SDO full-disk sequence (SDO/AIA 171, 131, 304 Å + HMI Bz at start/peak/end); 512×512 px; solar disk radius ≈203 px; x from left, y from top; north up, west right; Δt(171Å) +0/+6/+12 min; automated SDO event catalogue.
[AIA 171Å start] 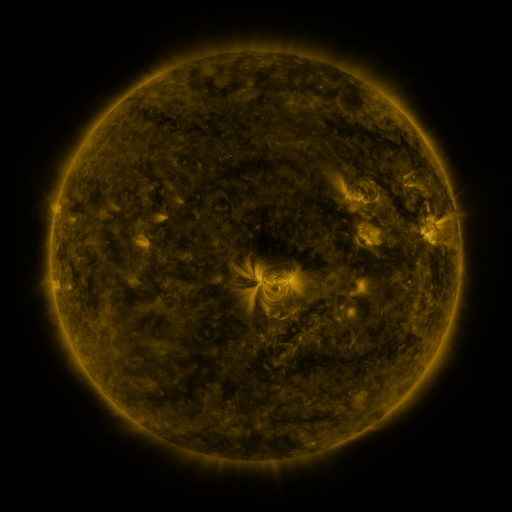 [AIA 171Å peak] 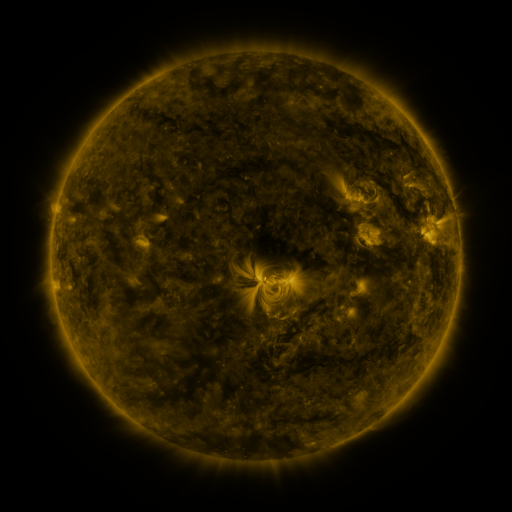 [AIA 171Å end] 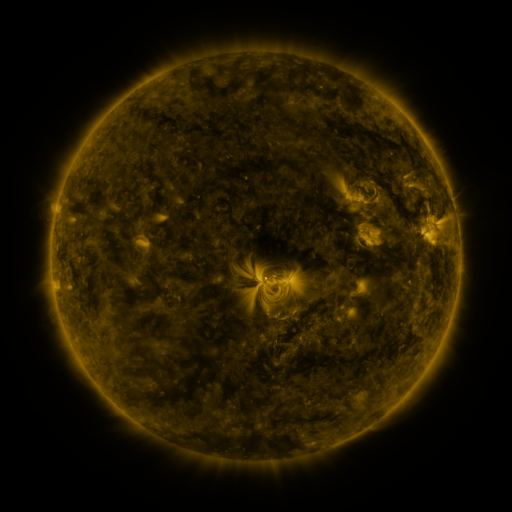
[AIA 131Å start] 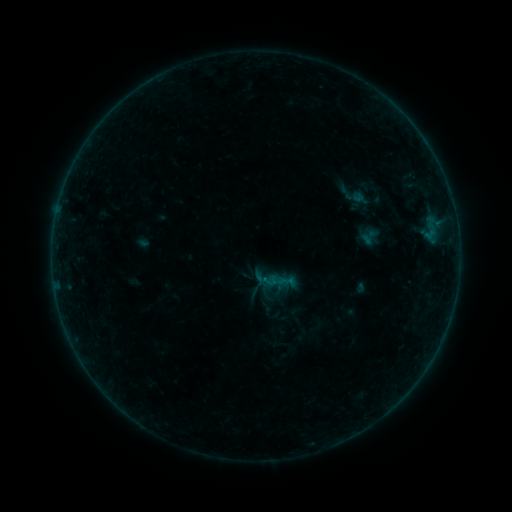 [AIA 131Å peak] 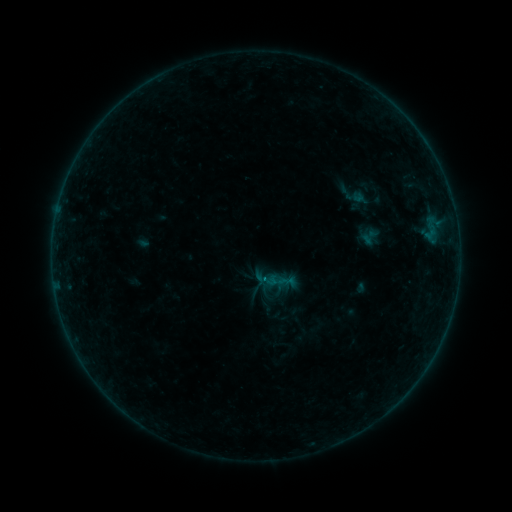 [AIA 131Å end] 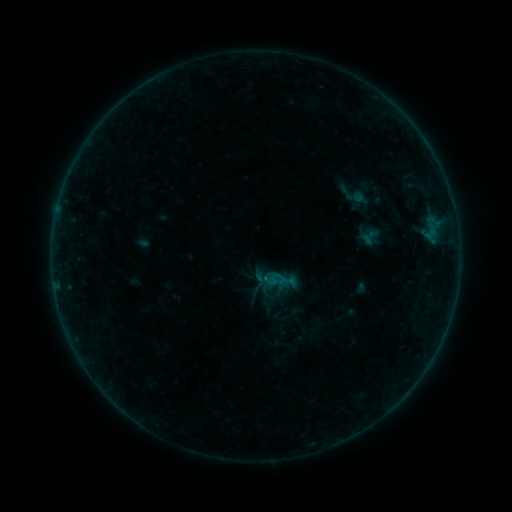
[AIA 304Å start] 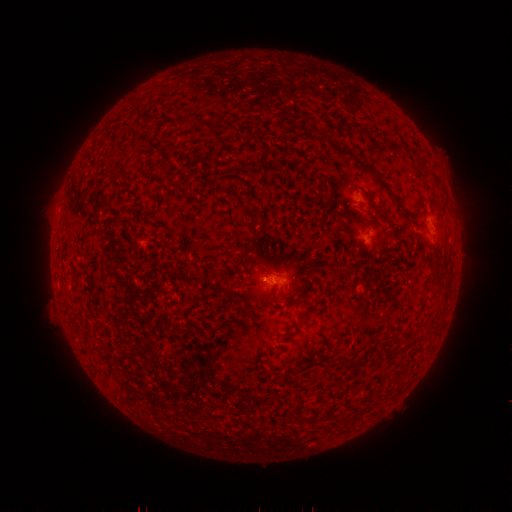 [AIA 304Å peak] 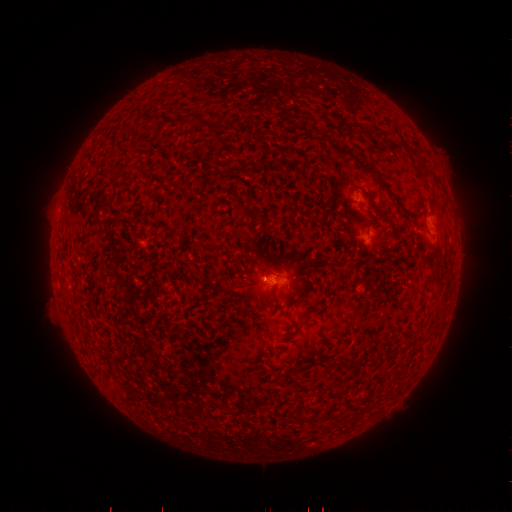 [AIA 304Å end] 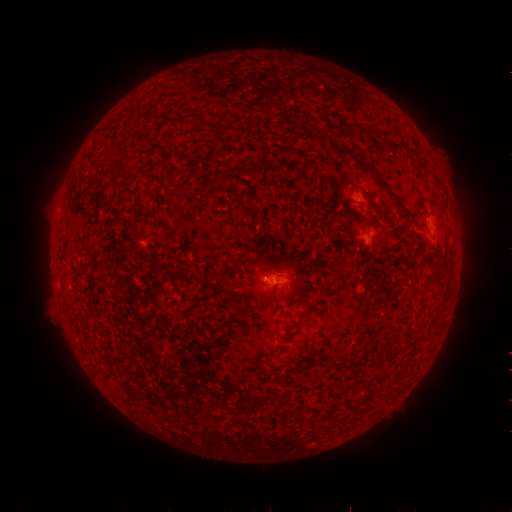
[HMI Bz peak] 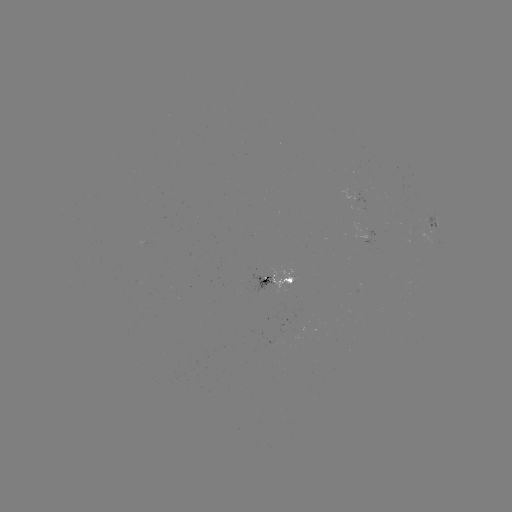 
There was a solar flare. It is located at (263, 278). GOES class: B4.0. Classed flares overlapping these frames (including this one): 1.